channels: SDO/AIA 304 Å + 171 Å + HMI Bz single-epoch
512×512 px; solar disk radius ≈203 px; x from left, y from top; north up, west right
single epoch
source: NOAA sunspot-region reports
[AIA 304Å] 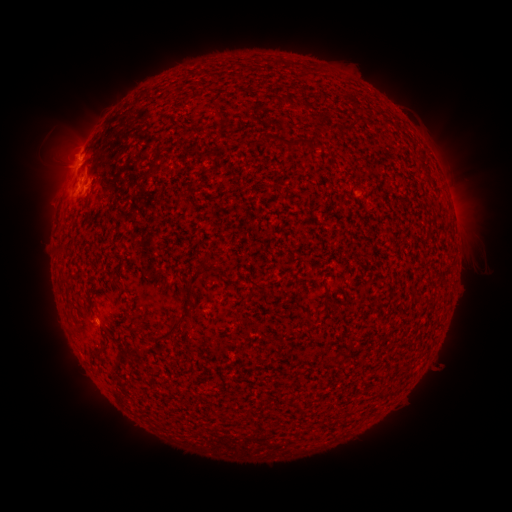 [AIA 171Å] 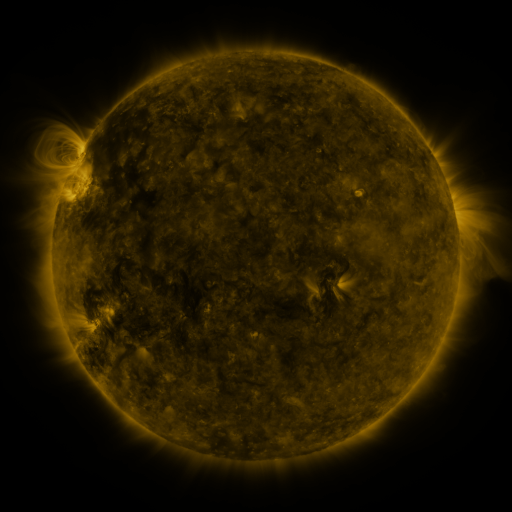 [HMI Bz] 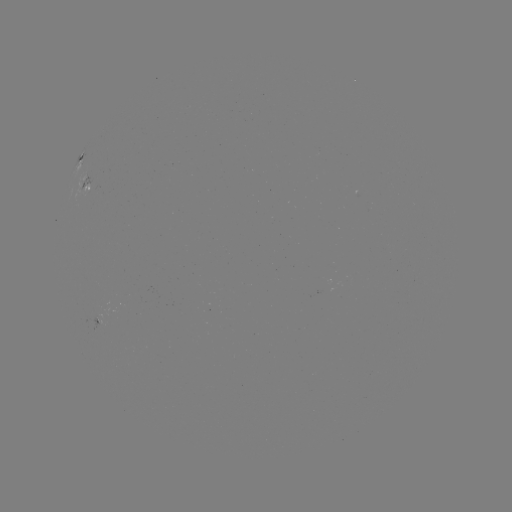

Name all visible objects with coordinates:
spotted active region: (81, 155)
spotted active region: (87, 184)
